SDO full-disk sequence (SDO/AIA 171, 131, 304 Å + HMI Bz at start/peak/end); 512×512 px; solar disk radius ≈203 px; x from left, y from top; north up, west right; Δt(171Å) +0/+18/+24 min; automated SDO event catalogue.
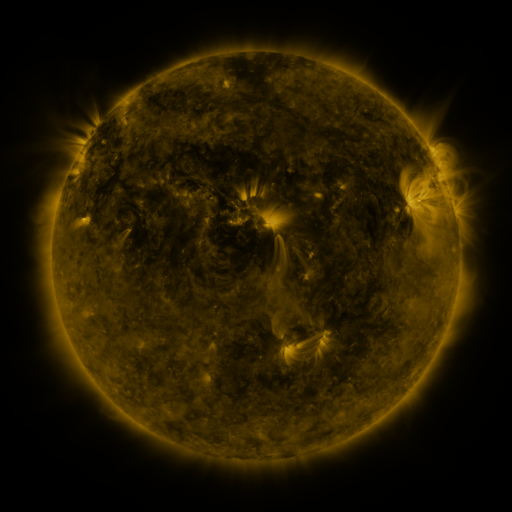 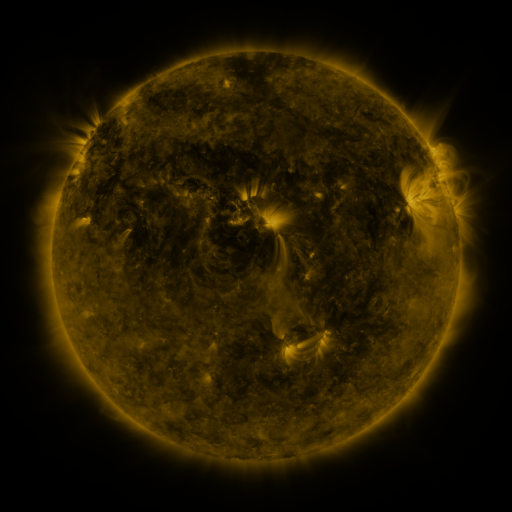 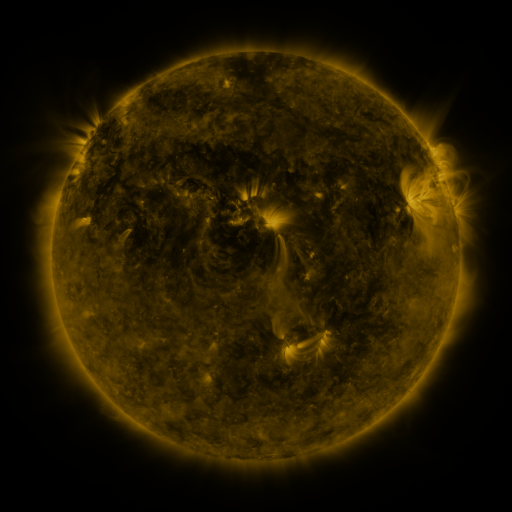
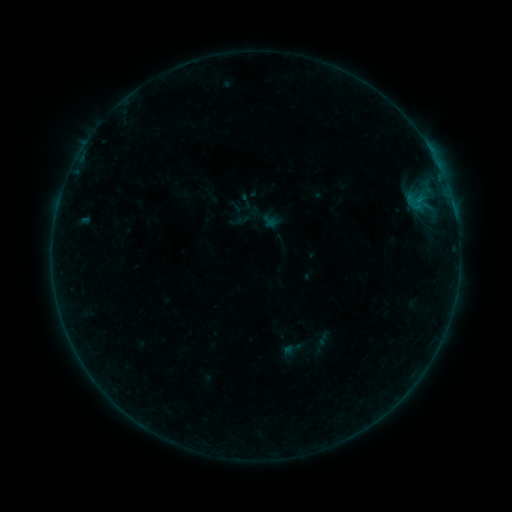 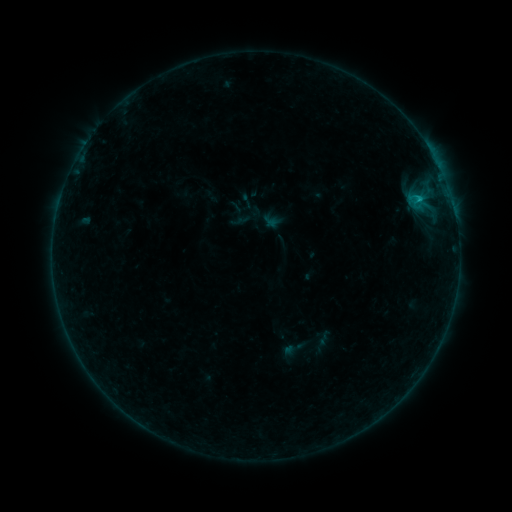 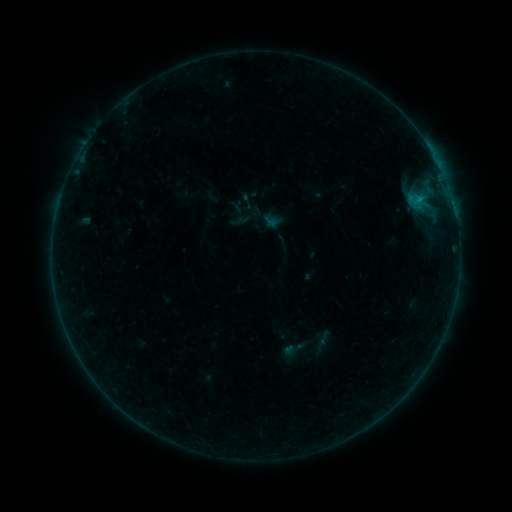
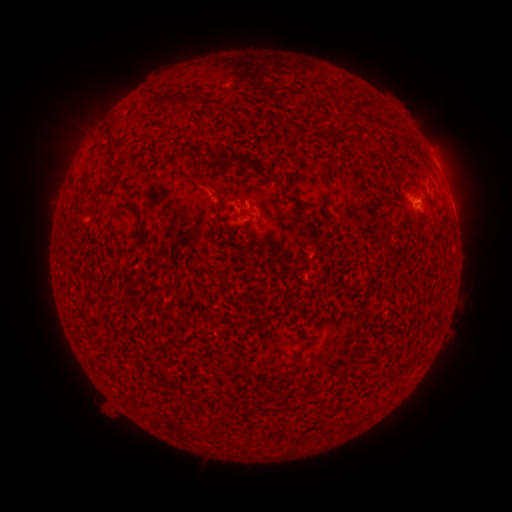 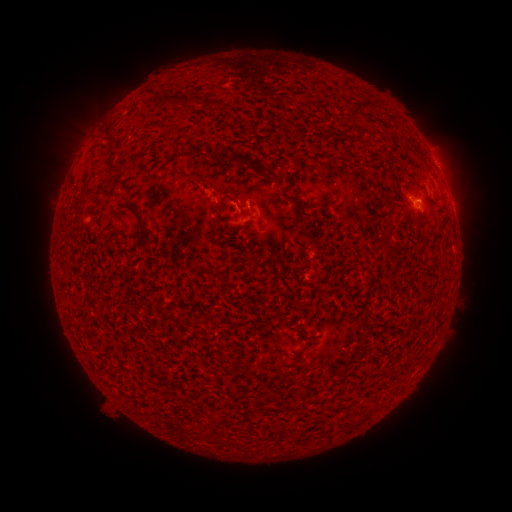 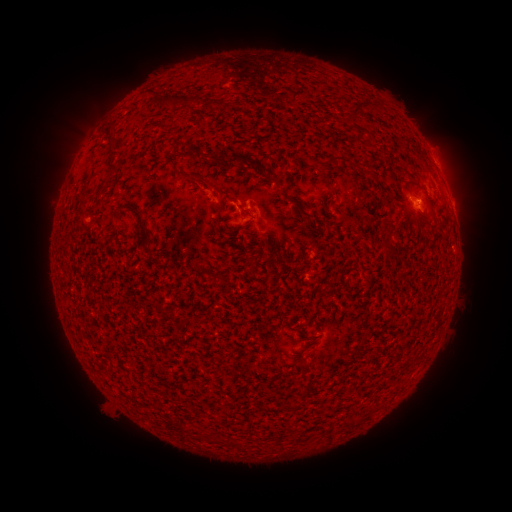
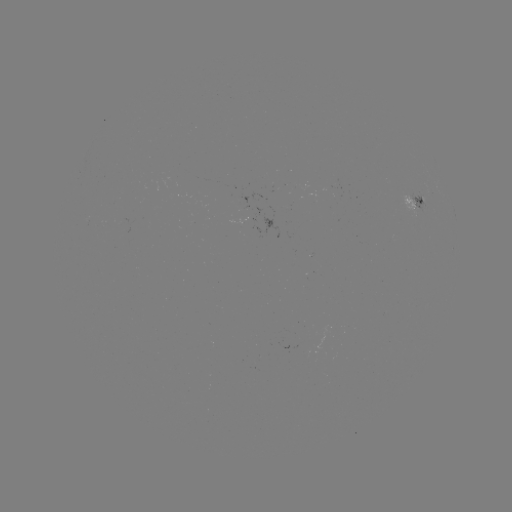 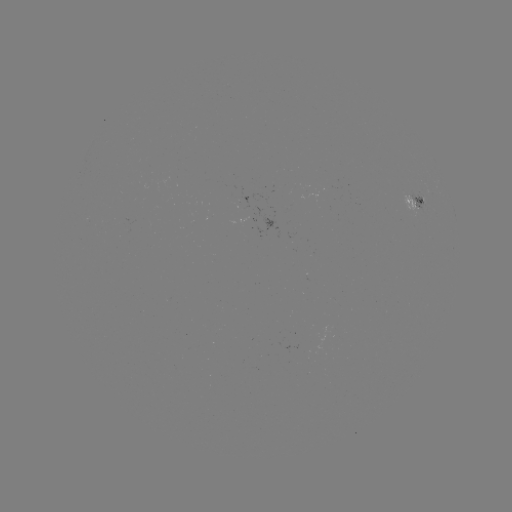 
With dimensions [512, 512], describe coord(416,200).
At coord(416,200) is B5.3 flare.